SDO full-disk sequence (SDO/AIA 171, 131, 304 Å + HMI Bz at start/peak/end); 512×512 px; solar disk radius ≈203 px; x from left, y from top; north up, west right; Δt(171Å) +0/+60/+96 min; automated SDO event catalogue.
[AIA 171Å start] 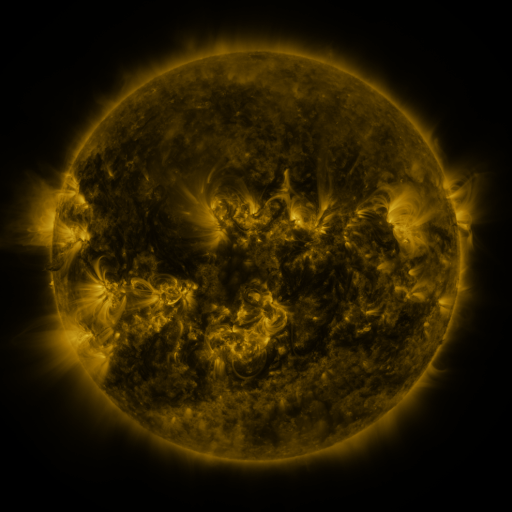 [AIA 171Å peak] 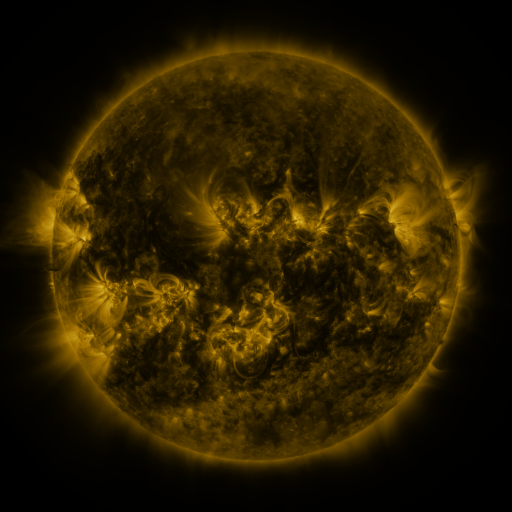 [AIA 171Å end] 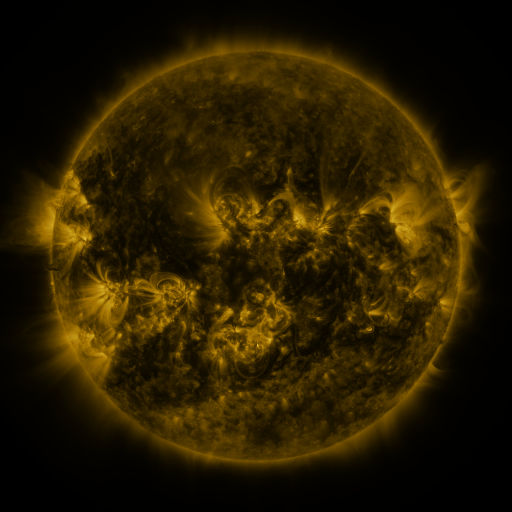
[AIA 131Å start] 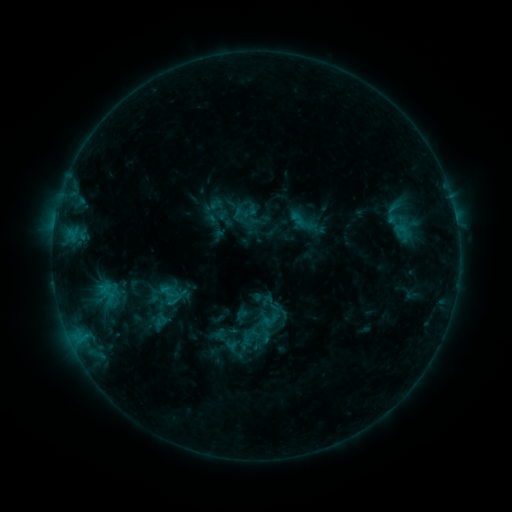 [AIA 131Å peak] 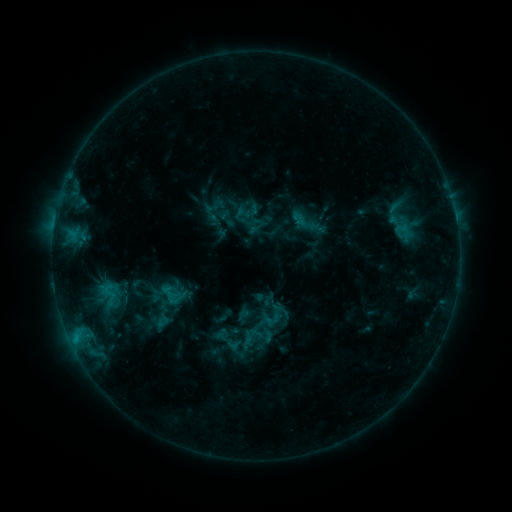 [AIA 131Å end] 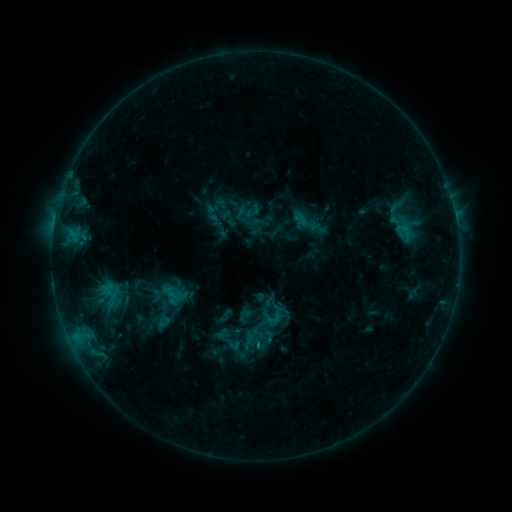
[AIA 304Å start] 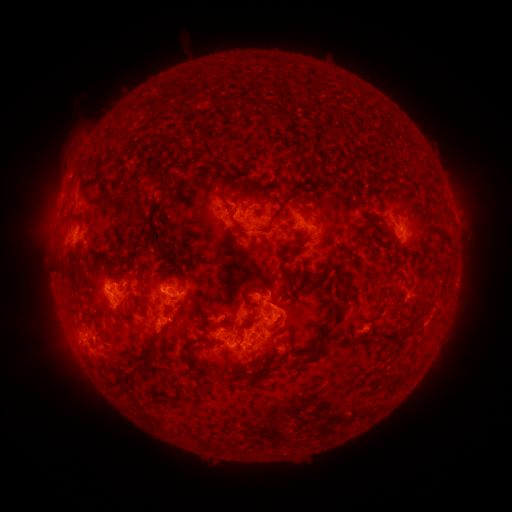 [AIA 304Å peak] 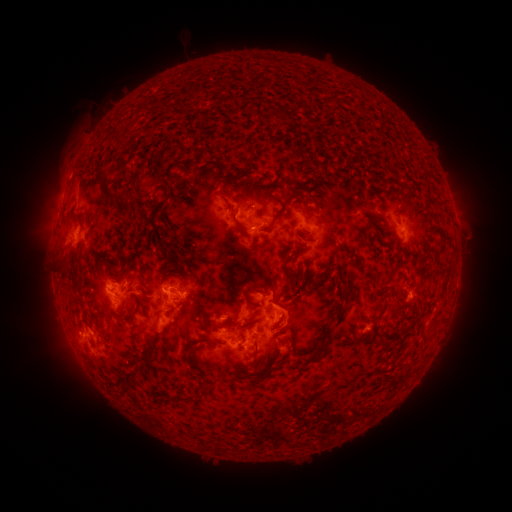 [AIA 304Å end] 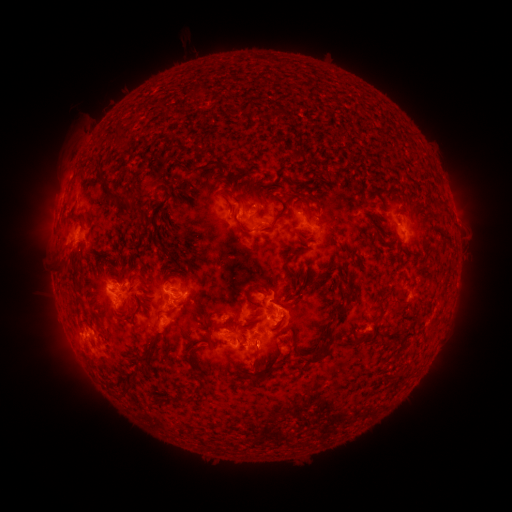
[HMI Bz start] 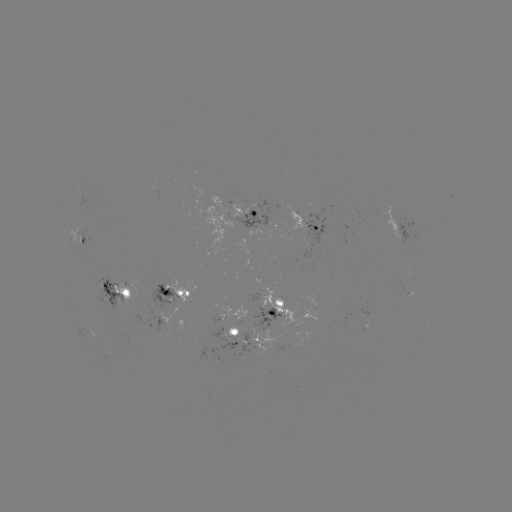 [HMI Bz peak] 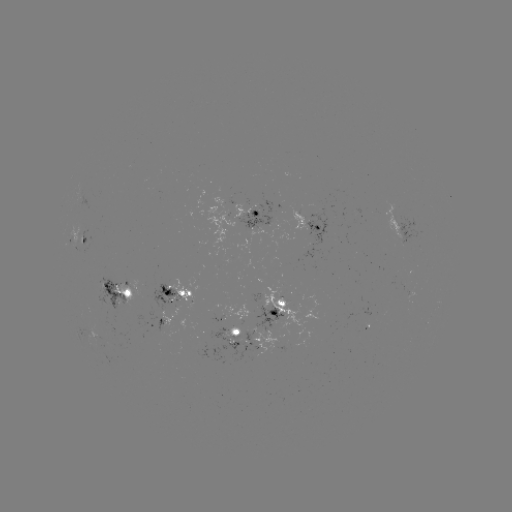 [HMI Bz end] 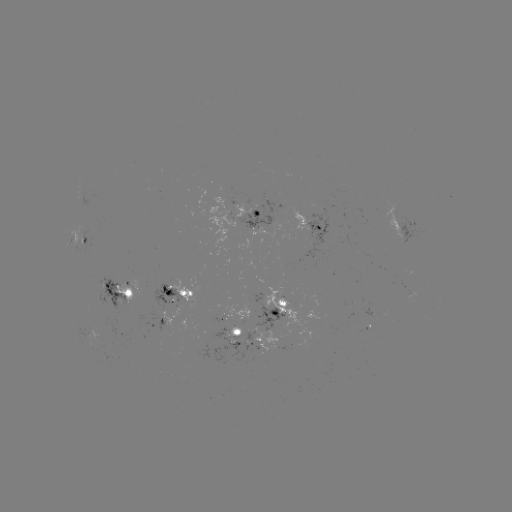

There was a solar emerging-flux region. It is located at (215, 338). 